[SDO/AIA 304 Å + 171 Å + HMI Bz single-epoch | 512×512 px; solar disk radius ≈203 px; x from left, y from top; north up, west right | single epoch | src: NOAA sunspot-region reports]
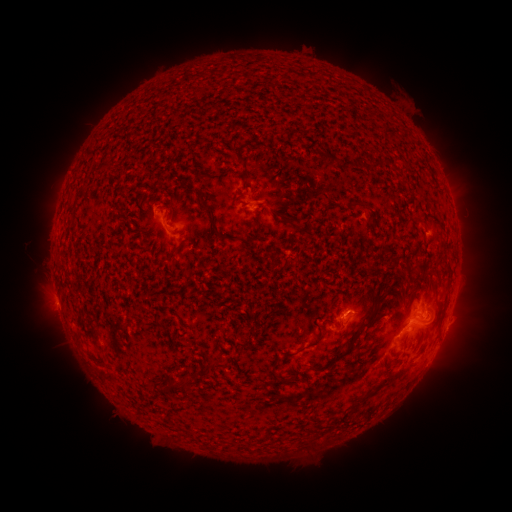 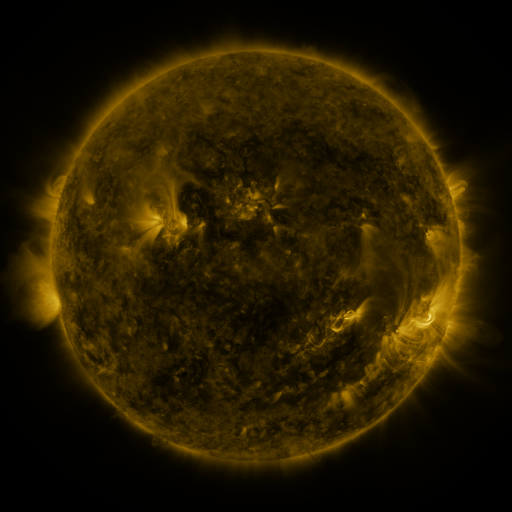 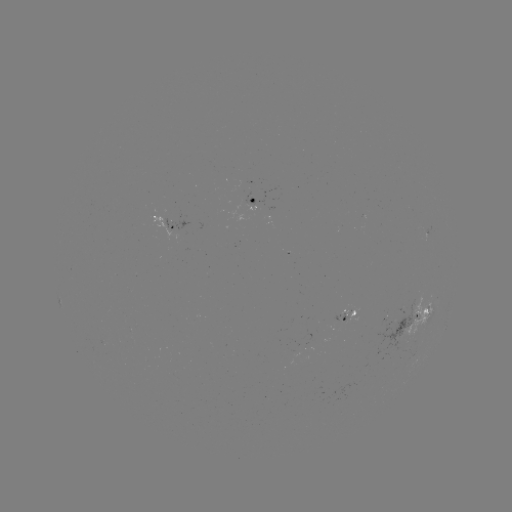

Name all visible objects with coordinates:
spotted active region: (252, 200)
spotted active region: (167, 218)
spotted active region: (349, 316)
spotted active region: (414, 316)
spotted active region: (445, 329)
